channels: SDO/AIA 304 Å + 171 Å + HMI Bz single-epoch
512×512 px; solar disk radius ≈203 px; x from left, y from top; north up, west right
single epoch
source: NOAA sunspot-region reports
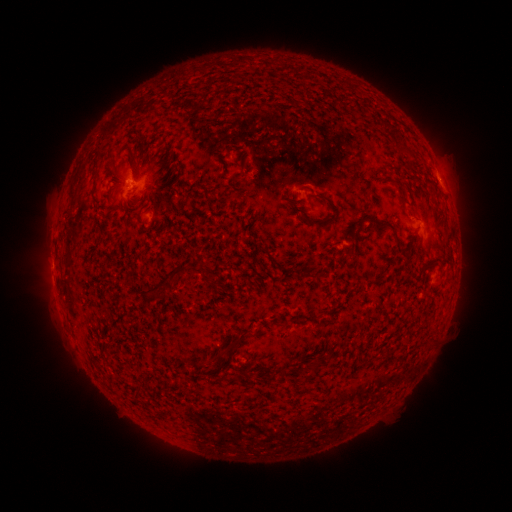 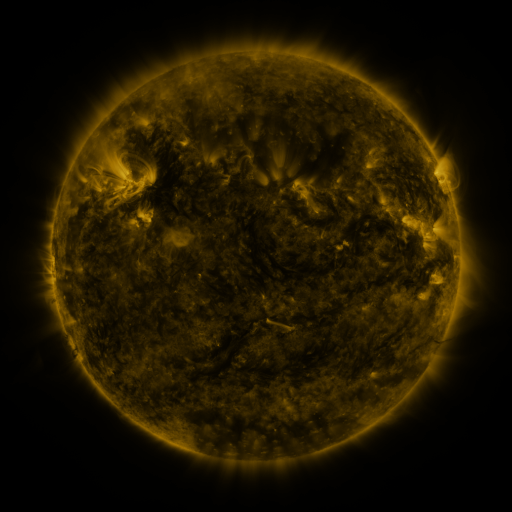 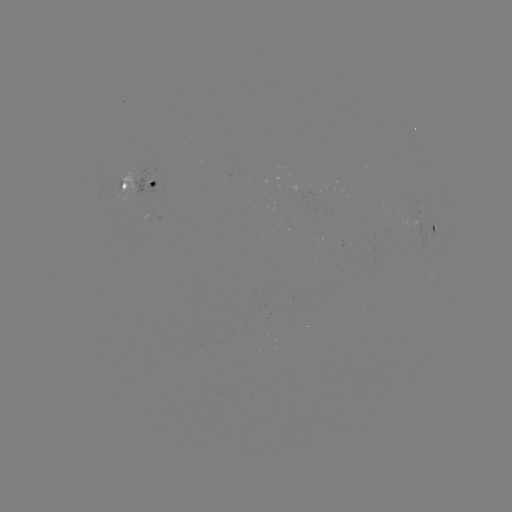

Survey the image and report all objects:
spotted active region: (140, 184)
spotted active region: (435, 230)
